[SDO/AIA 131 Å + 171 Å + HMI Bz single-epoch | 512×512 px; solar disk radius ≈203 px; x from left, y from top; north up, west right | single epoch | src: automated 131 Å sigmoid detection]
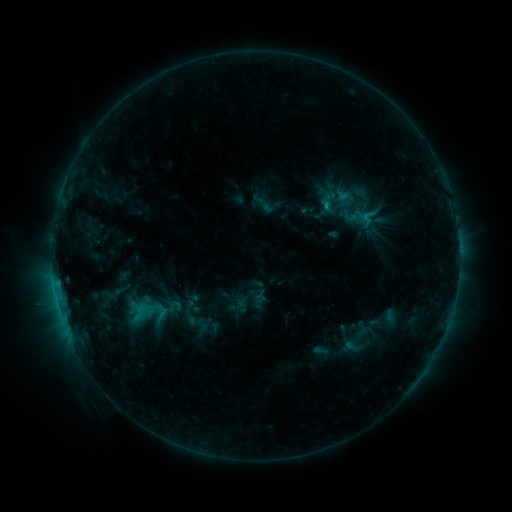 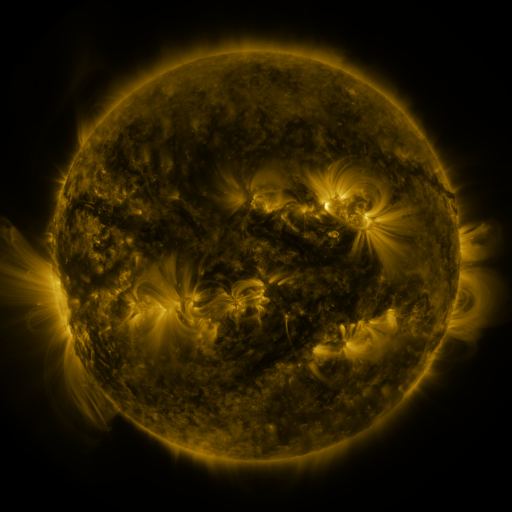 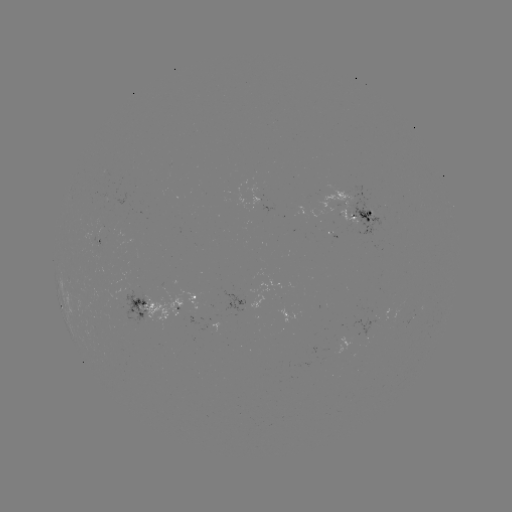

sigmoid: <bbox>166, 297, 184, 313</bbox>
